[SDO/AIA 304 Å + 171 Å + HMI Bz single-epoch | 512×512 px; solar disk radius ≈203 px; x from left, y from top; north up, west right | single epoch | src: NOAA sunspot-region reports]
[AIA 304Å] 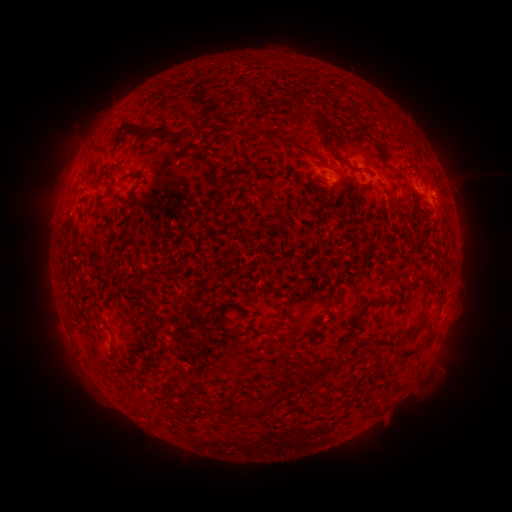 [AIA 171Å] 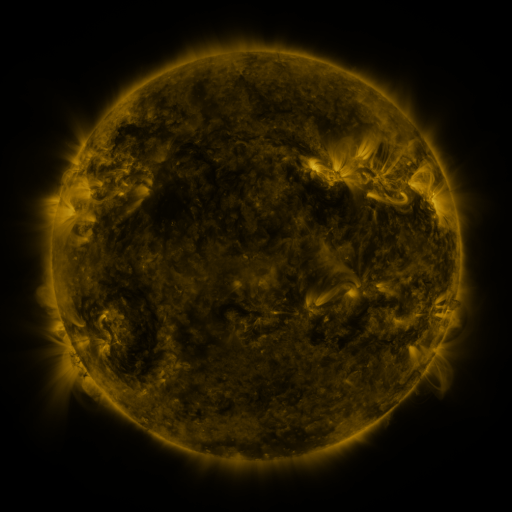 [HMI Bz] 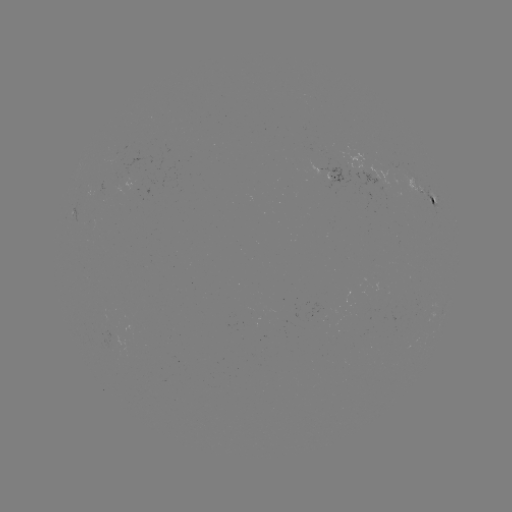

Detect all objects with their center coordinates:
spotted active region: (332, 177)
spotted active region: (424, 192)
